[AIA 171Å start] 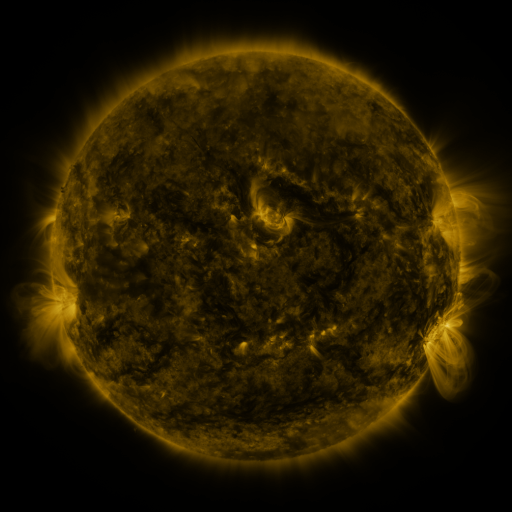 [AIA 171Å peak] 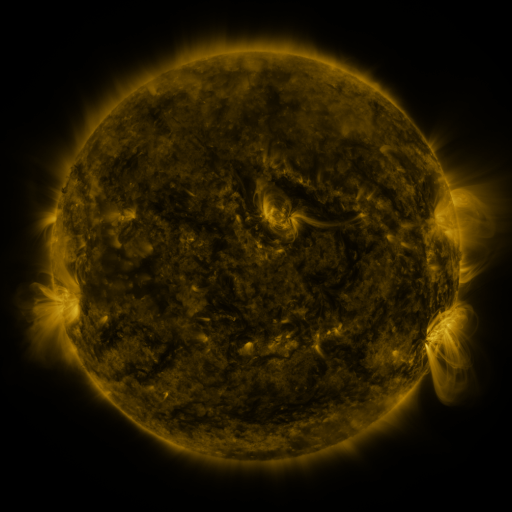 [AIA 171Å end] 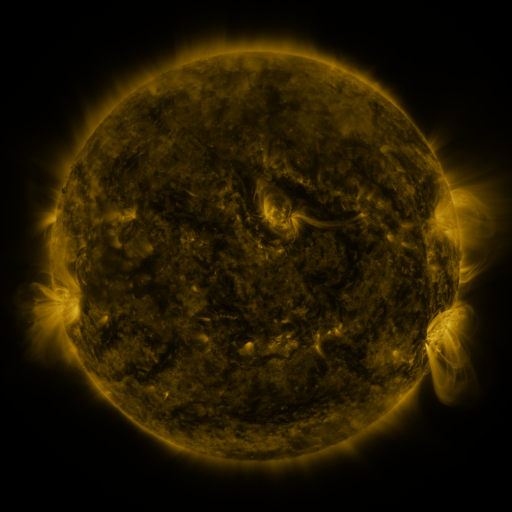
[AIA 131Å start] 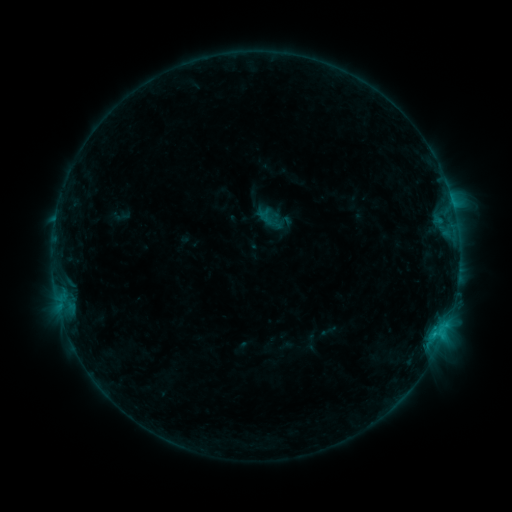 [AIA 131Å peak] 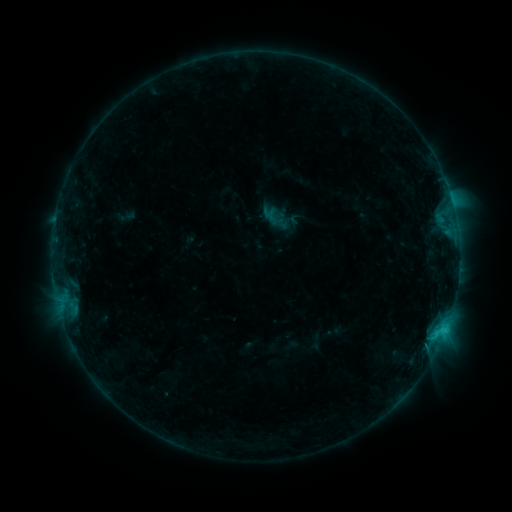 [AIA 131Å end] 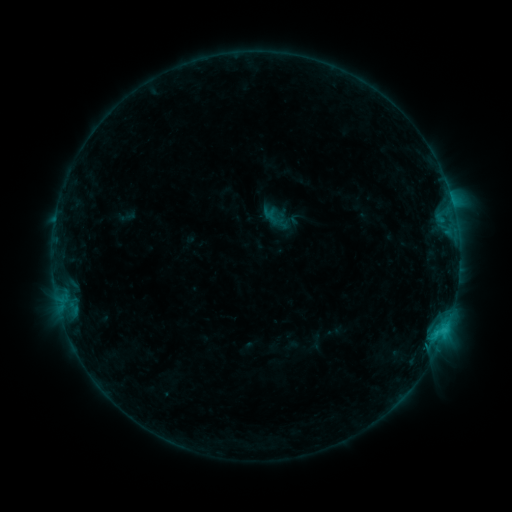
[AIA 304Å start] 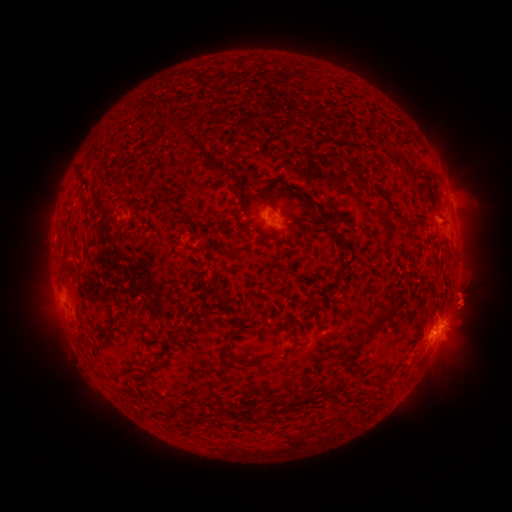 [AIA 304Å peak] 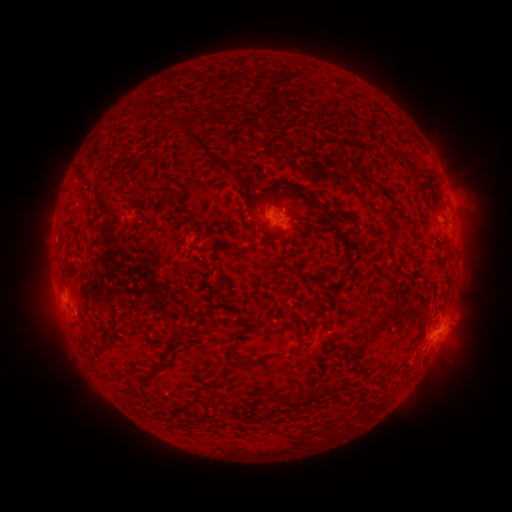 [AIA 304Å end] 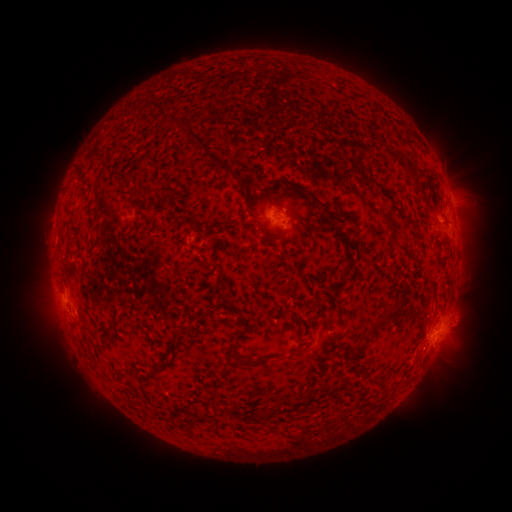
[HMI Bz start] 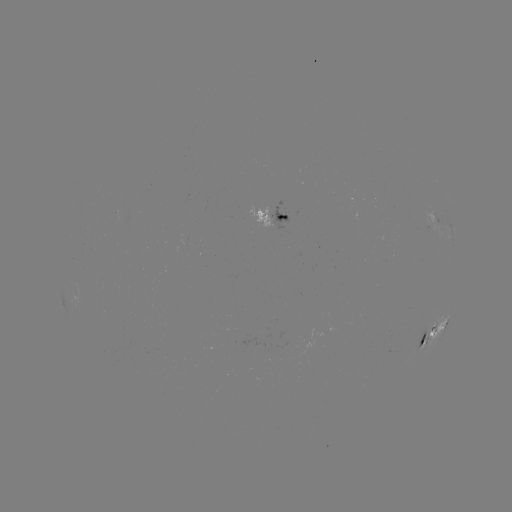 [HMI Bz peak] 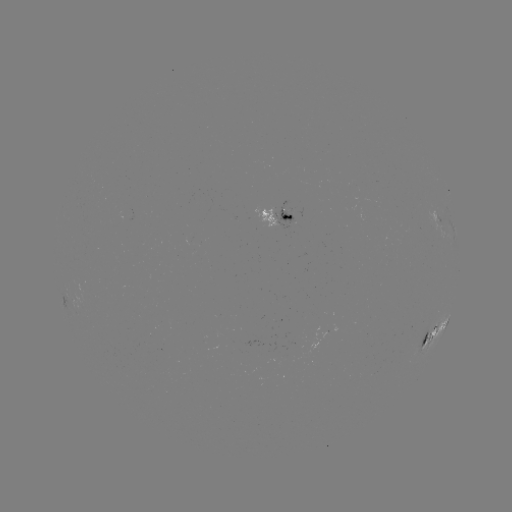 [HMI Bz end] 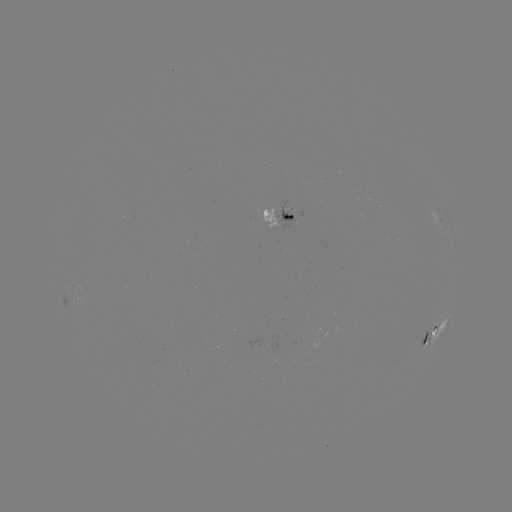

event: emerging-flux region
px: (286, 214)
